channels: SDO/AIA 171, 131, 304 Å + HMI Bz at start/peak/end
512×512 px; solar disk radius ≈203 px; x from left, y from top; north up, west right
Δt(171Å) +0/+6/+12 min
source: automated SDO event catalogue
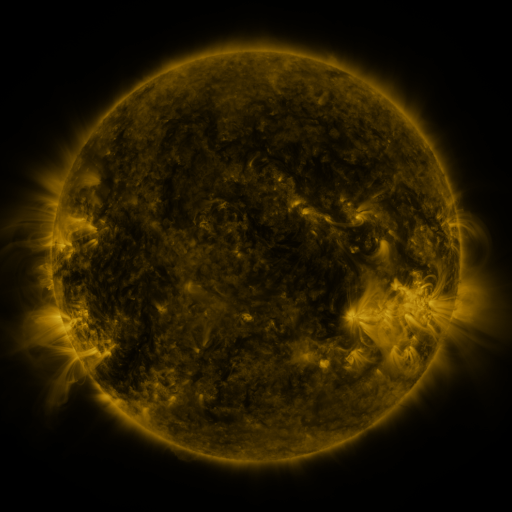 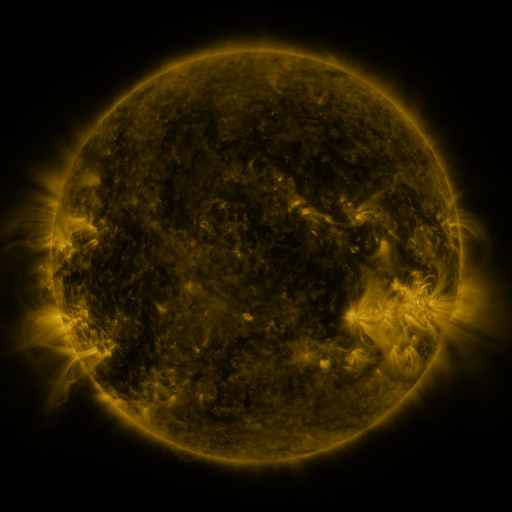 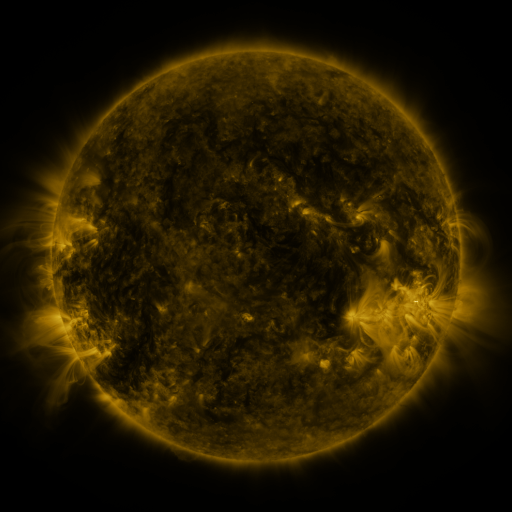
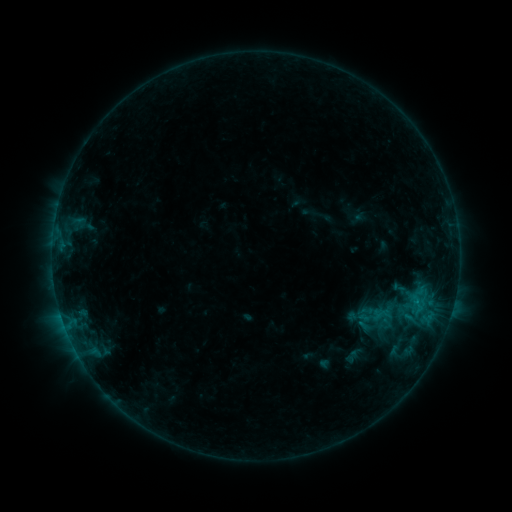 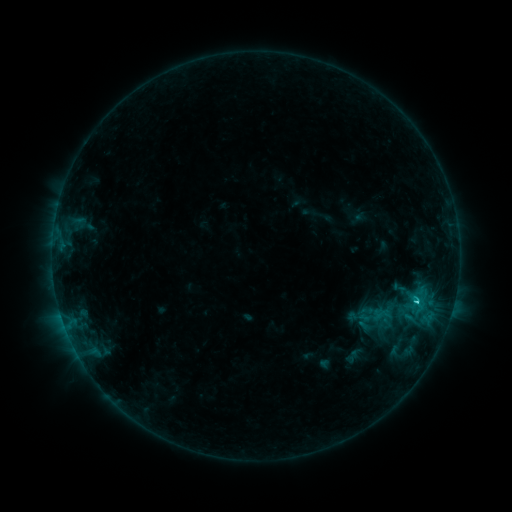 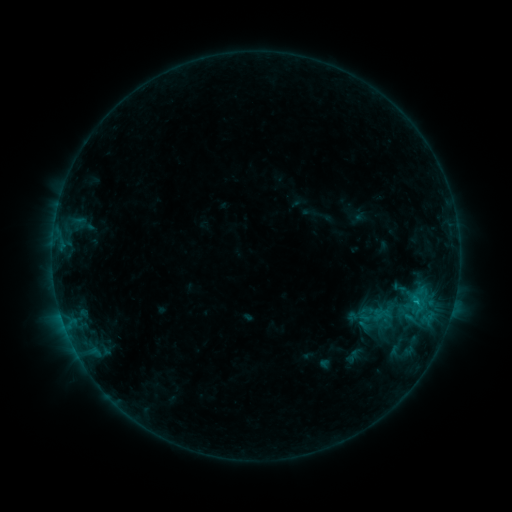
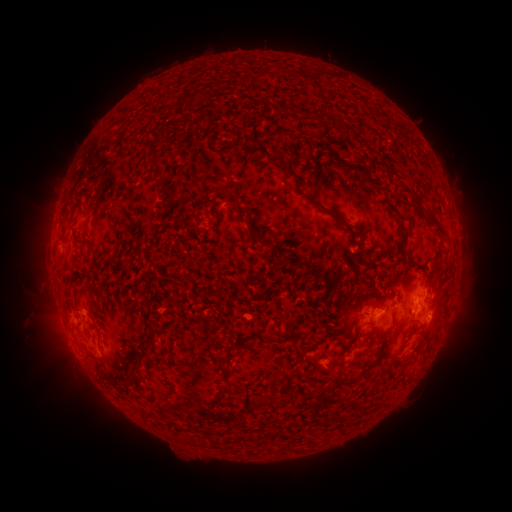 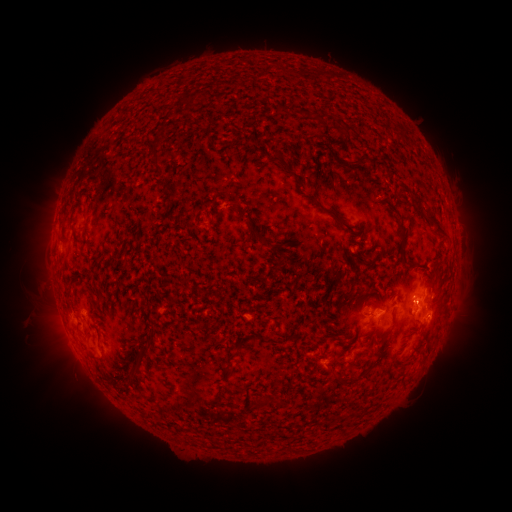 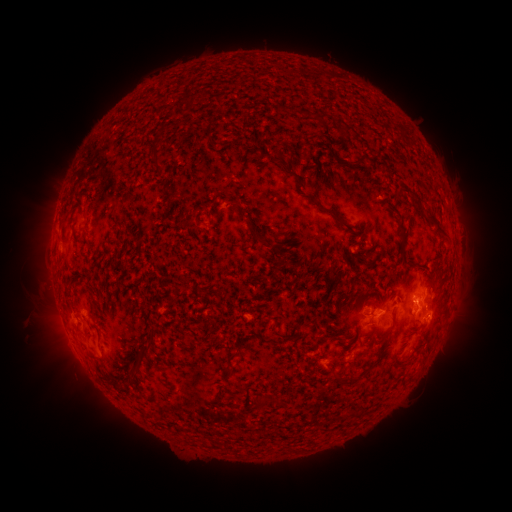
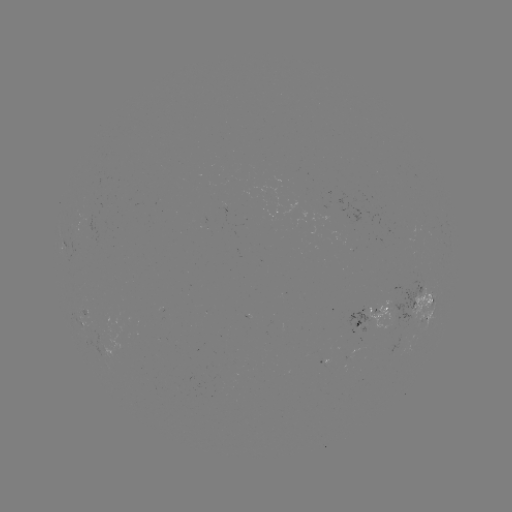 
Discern C1.3 flare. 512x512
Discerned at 416,299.